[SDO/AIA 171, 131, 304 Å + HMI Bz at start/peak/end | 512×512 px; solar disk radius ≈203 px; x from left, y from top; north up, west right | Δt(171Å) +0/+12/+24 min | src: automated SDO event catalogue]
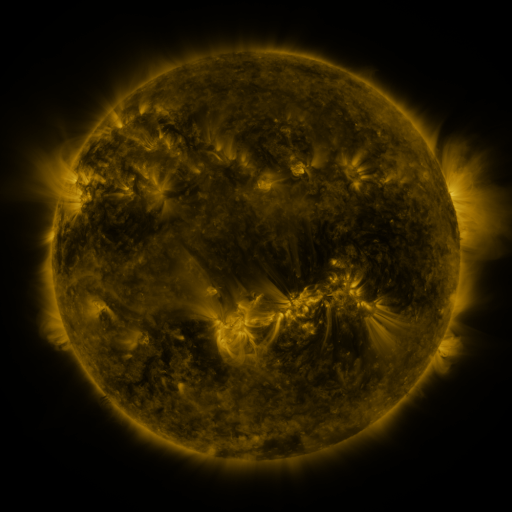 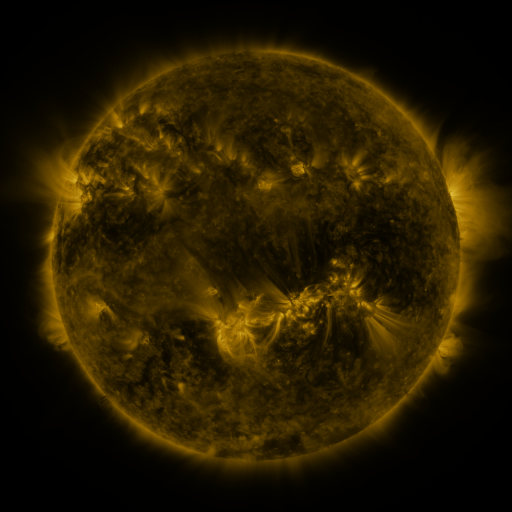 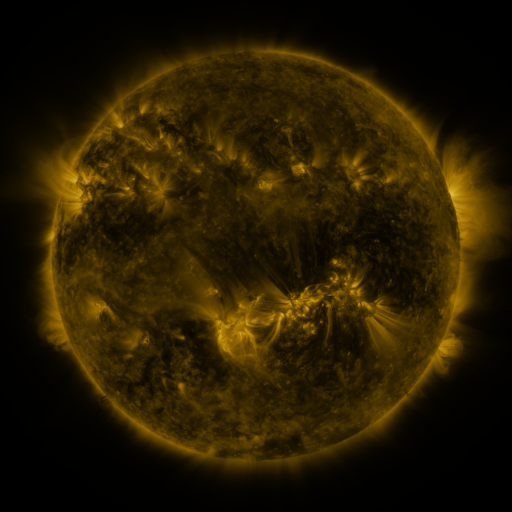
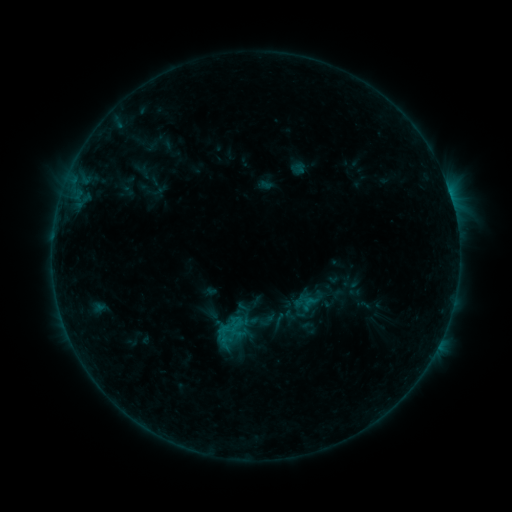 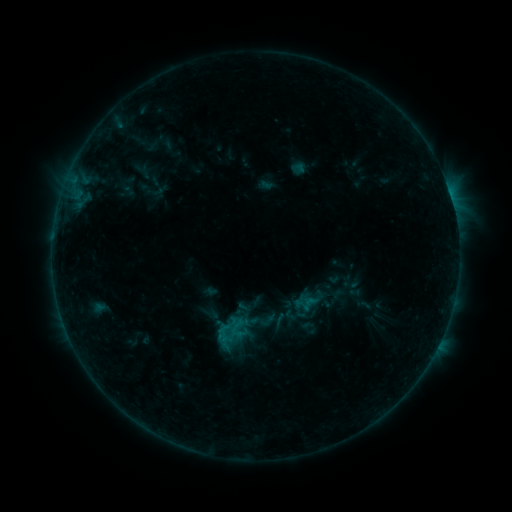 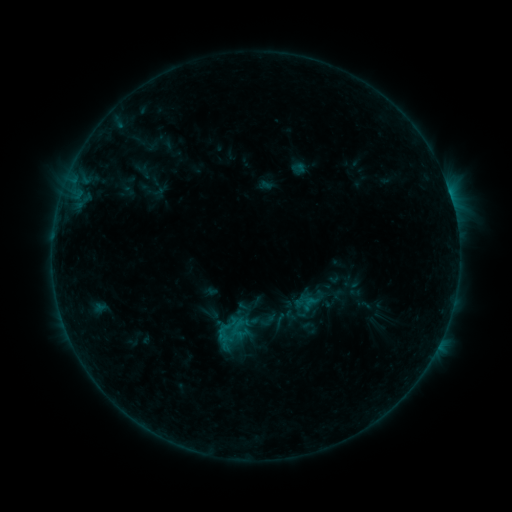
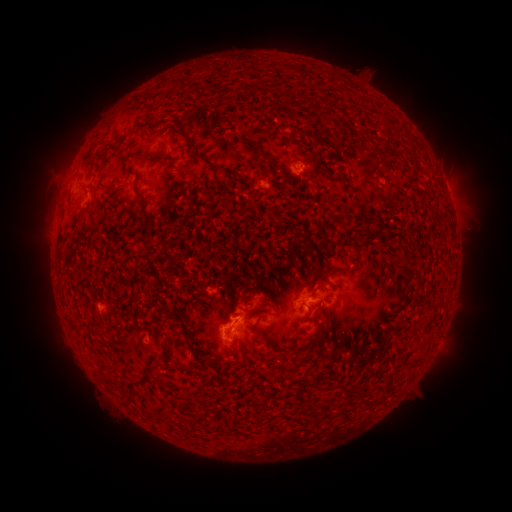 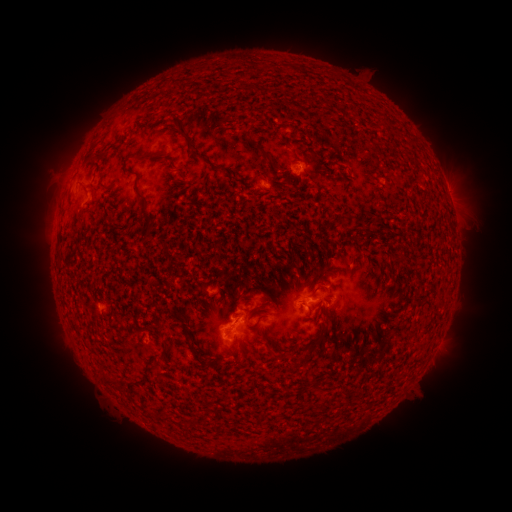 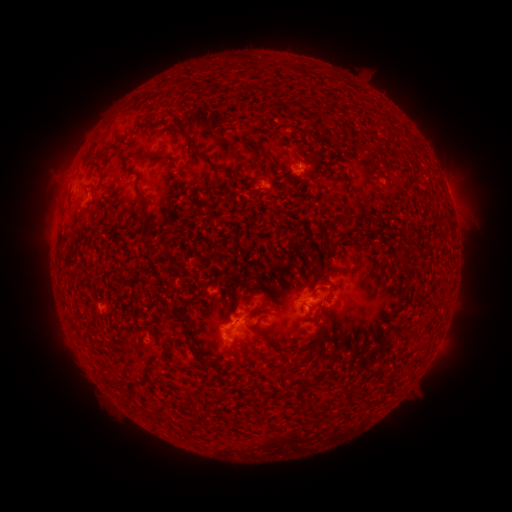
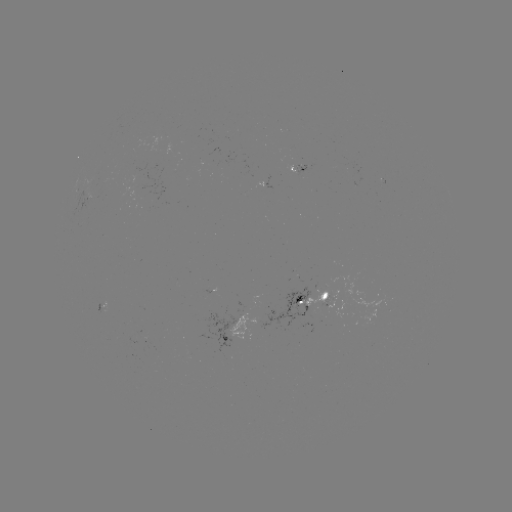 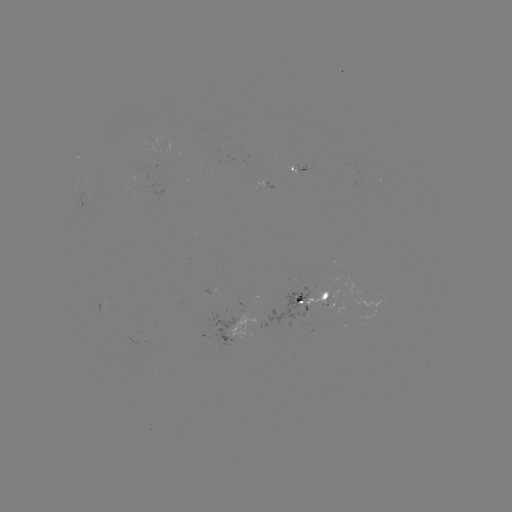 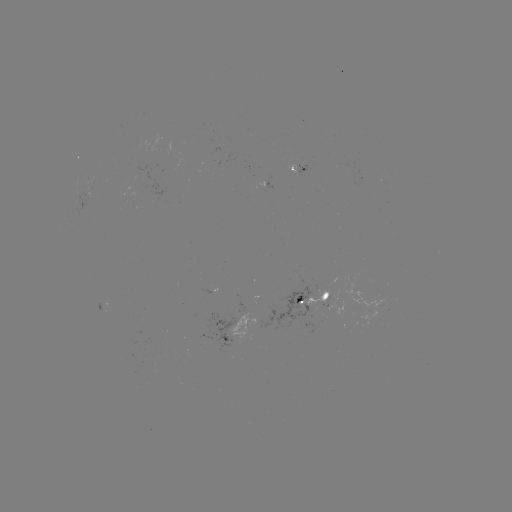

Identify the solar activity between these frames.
no flare in any classed list; no EUV-trigger detection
